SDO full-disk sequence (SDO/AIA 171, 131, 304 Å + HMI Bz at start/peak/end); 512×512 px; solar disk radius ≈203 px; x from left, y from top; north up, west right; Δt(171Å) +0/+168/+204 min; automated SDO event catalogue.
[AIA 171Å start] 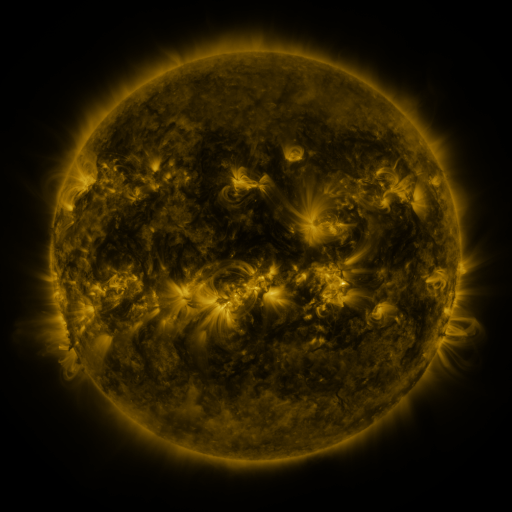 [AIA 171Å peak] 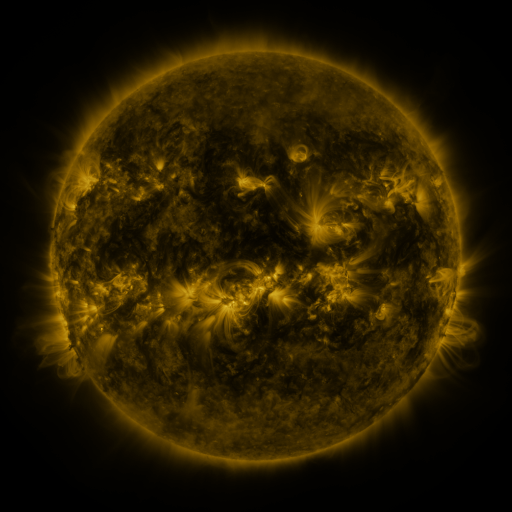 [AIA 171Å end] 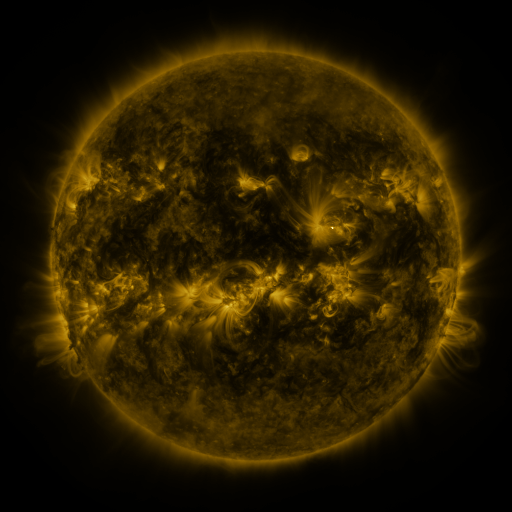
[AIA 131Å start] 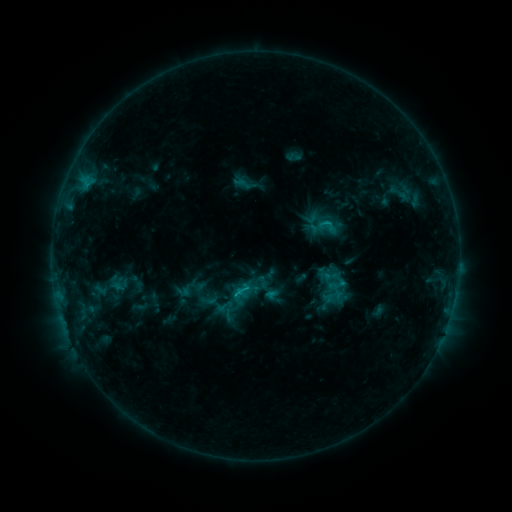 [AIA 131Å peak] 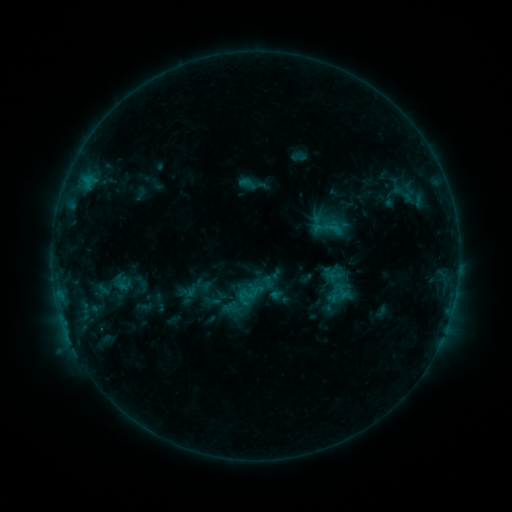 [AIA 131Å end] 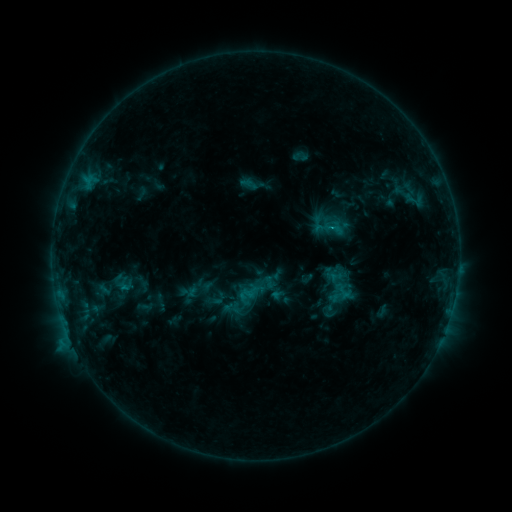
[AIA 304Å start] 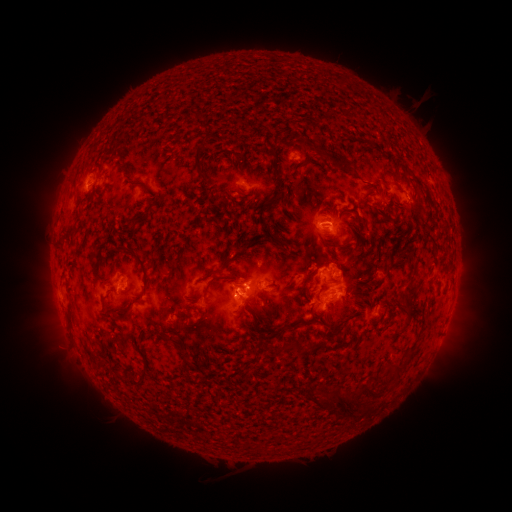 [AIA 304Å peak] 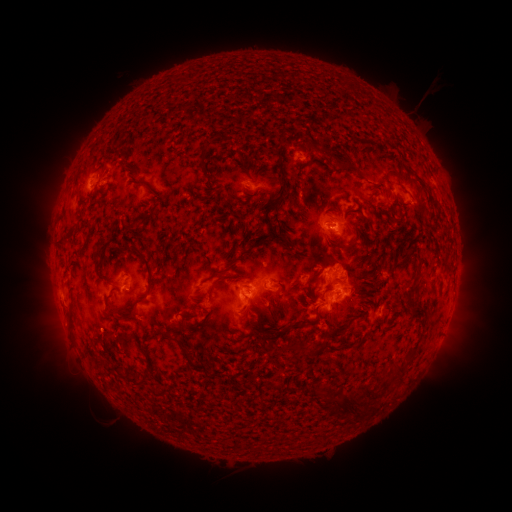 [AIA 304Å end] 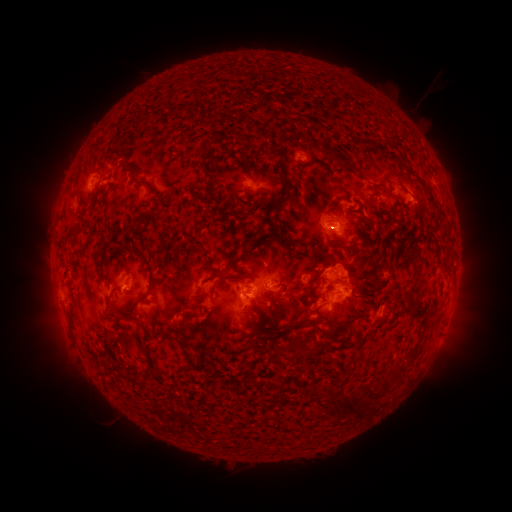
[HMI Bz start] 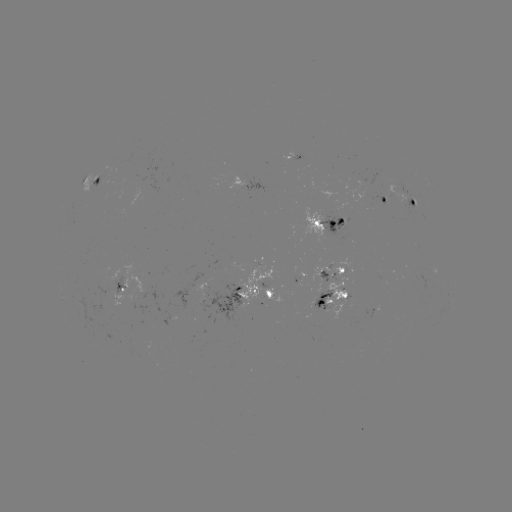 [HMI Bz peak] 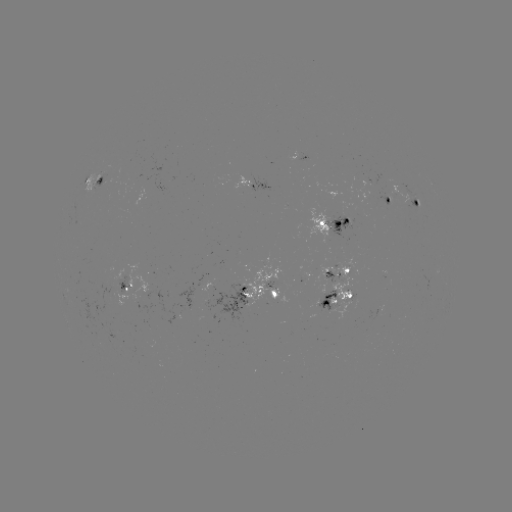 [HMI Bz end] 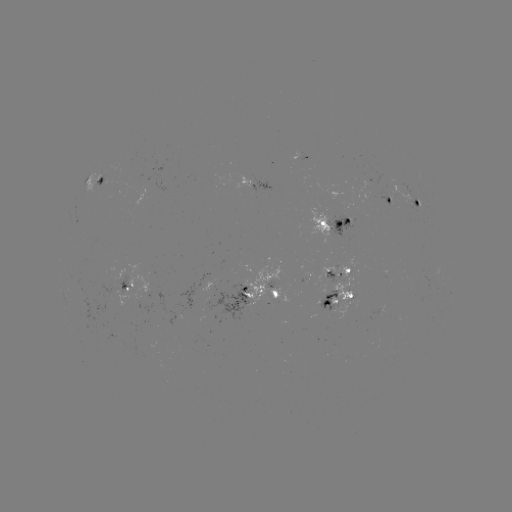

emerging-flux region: [314, 291, 336, 312]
